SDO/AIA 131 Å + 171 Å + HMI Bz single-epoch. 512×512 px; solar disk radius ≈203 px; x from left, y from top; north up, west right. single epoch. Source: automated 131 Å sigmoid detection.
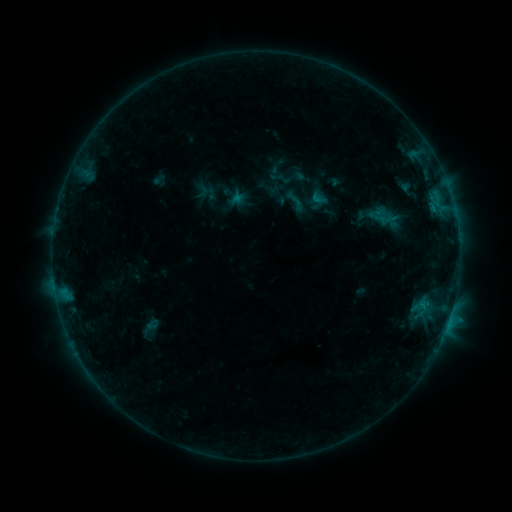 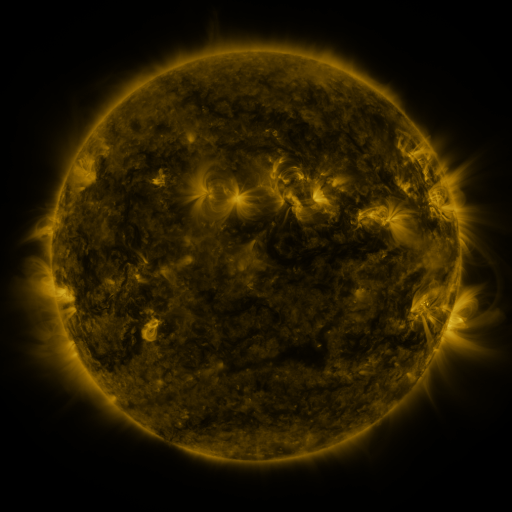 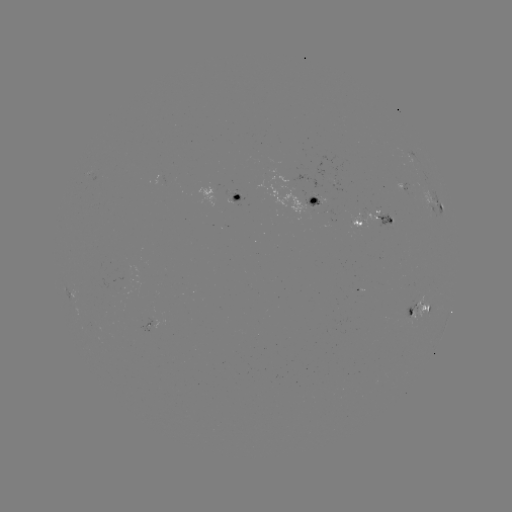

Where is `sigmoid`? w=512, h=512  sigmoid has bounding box [280, 187, 310, 216].